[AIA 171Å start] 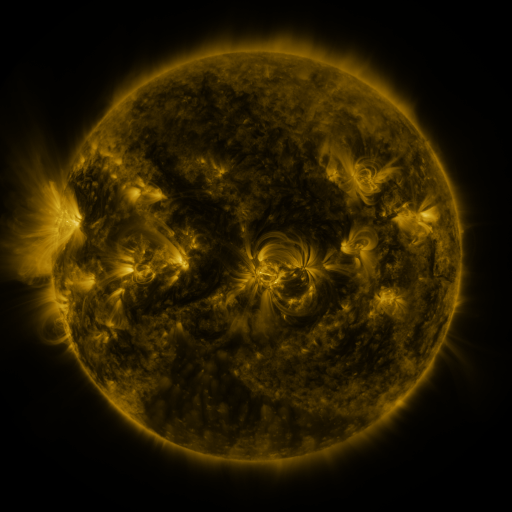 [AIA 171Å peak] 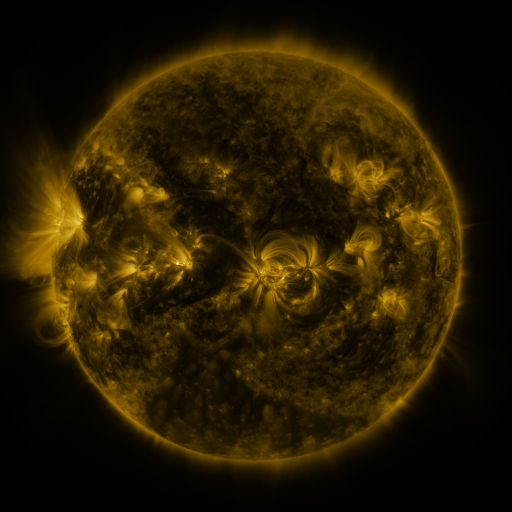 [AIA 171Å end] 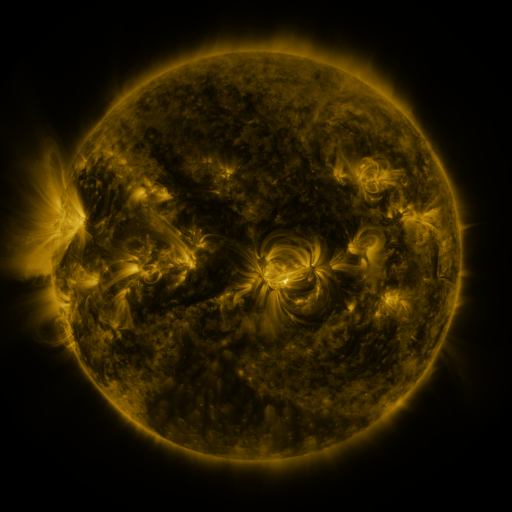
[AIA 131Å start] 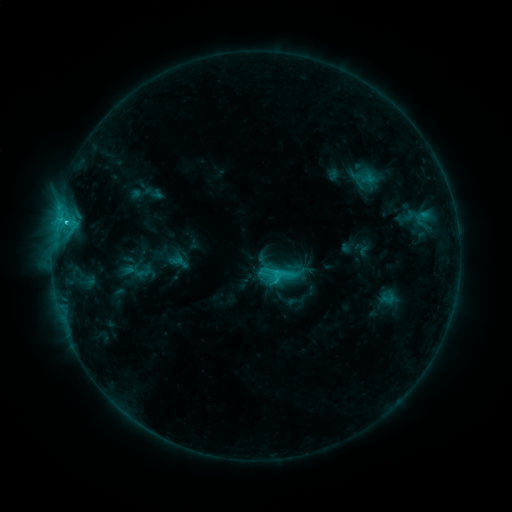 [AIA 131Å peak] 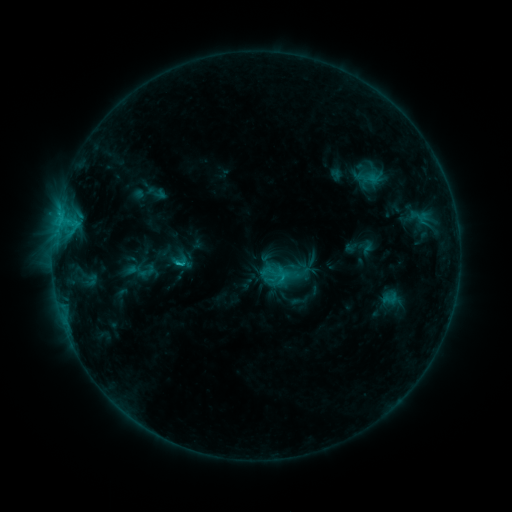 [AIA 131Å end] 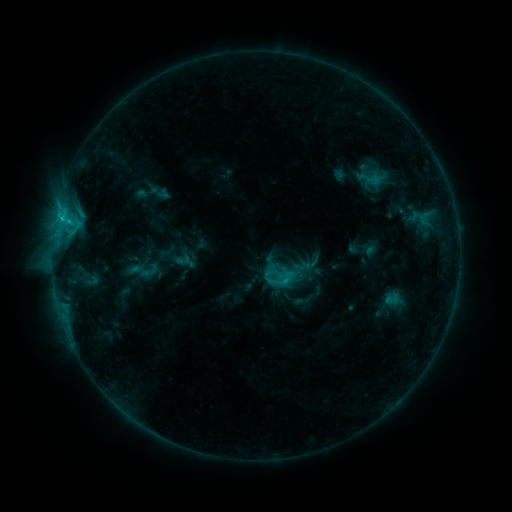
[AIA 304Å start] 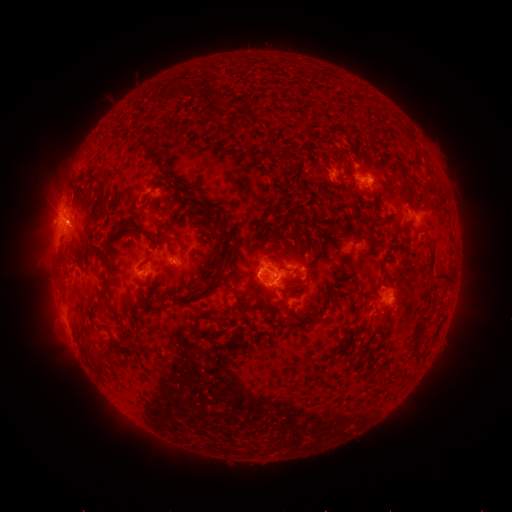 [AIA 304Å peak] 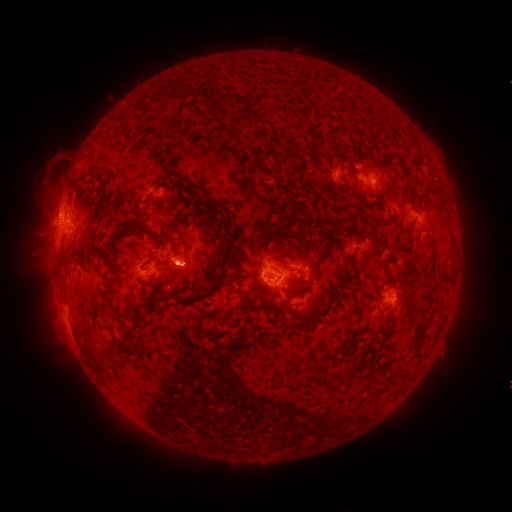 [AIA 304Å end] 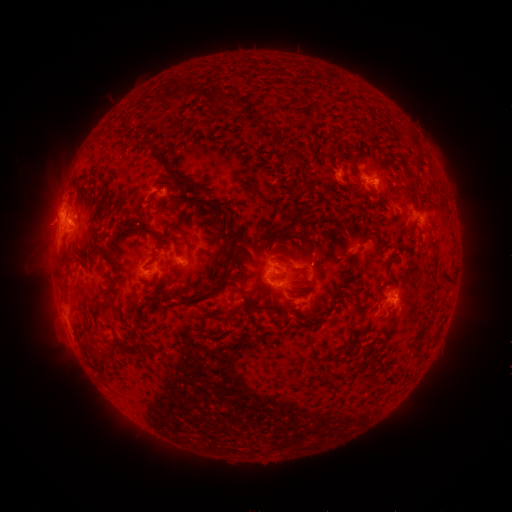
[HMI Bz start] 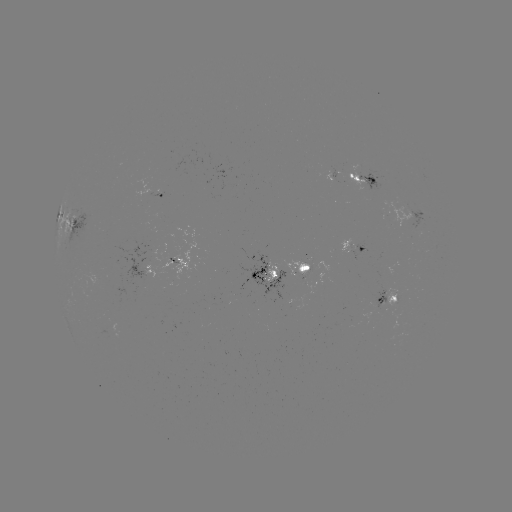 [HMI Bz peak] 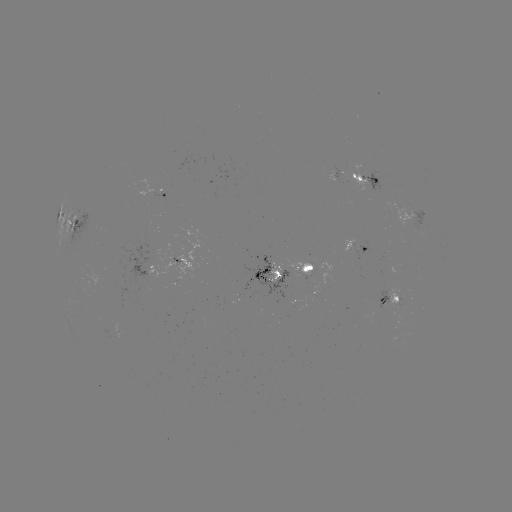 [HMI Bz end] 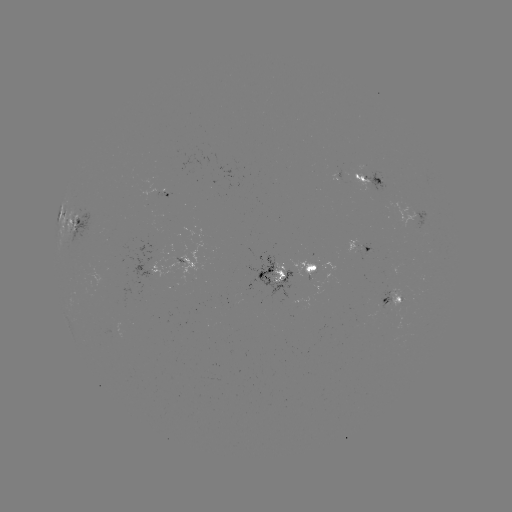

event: filament eruption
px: (52, 170)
